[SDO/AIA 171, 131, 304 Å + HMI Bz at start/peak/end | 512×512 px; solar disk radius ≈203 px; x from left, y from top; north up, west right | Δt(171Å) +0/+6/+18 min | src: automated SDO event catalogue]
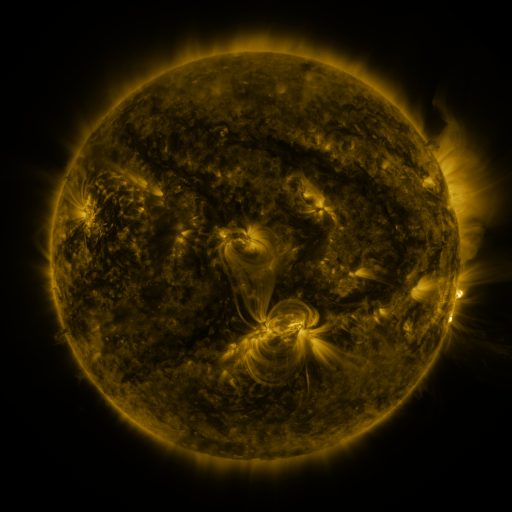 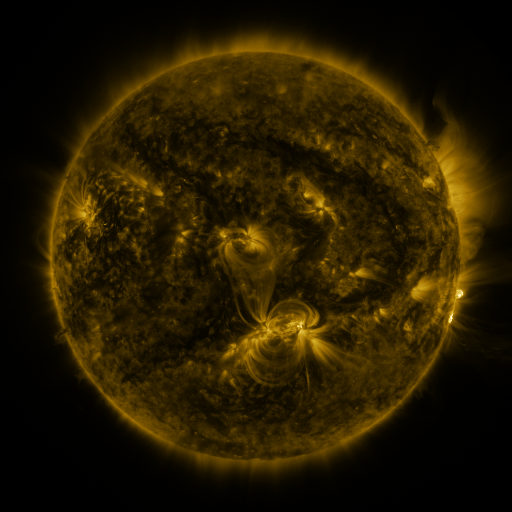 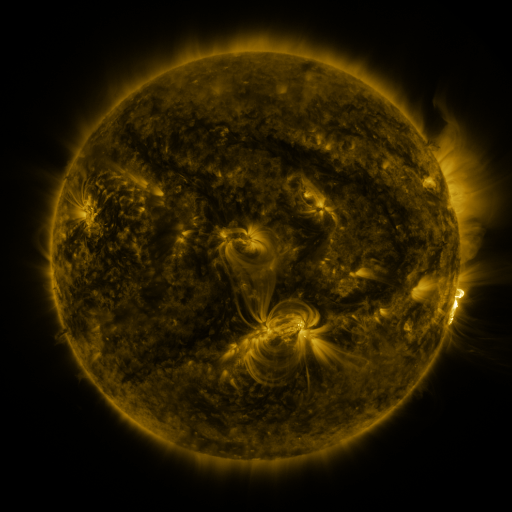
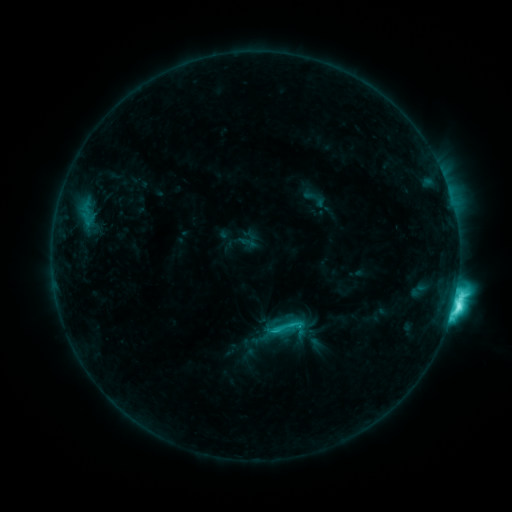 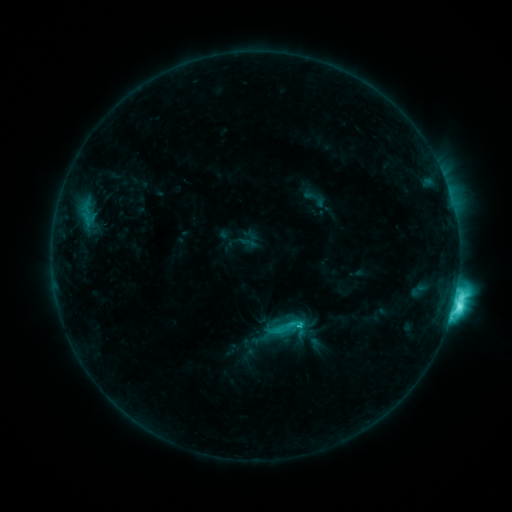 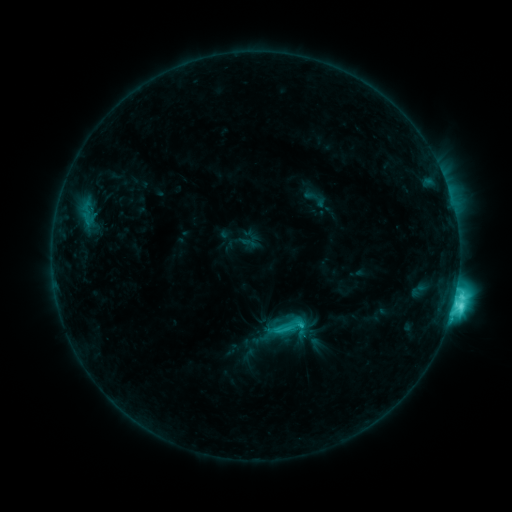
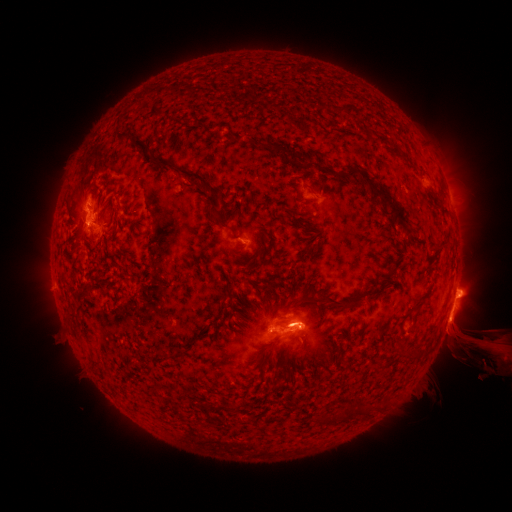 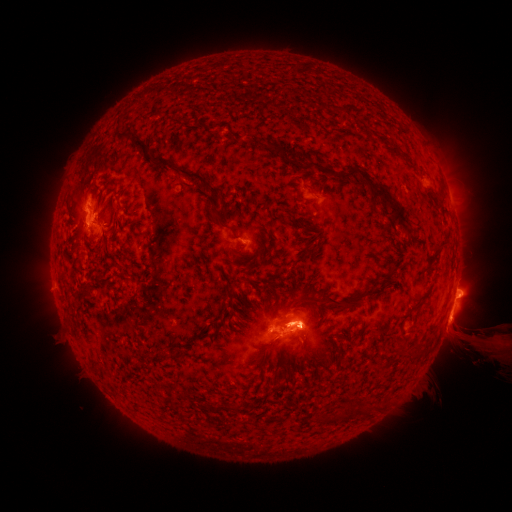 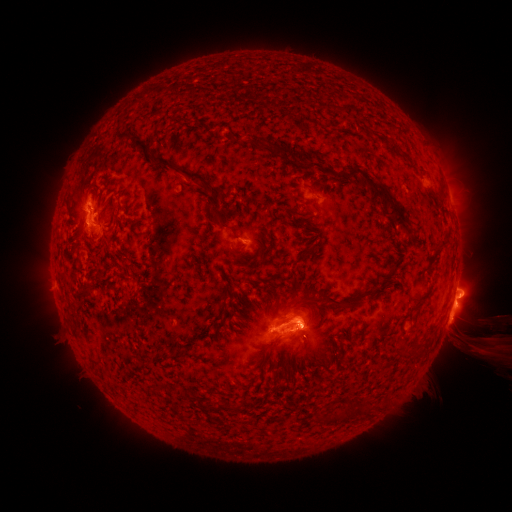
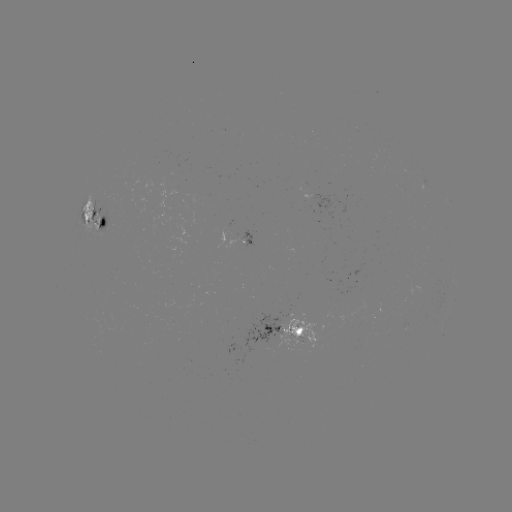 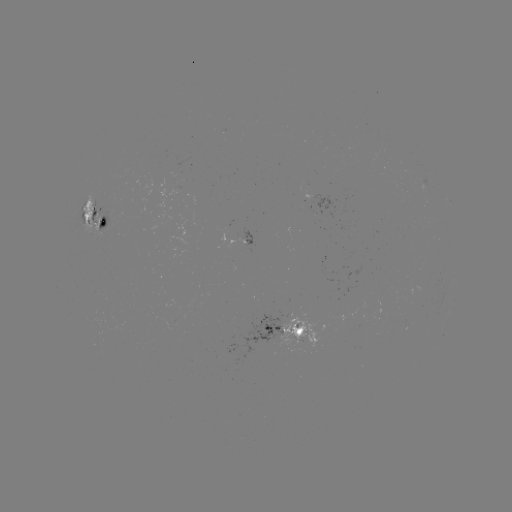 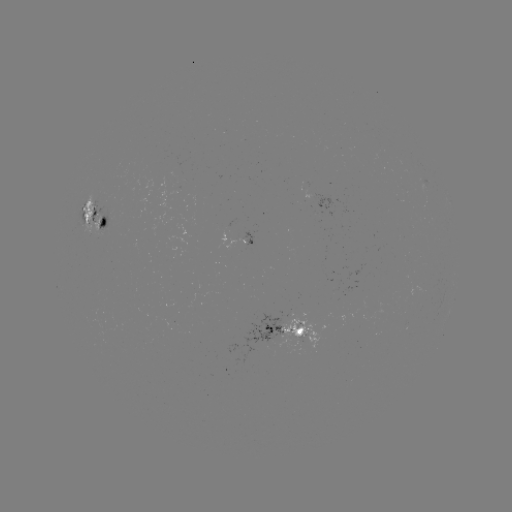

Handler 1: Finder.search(eruption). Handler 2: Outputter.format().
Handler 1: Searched eruption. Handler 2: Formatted [300, 323].